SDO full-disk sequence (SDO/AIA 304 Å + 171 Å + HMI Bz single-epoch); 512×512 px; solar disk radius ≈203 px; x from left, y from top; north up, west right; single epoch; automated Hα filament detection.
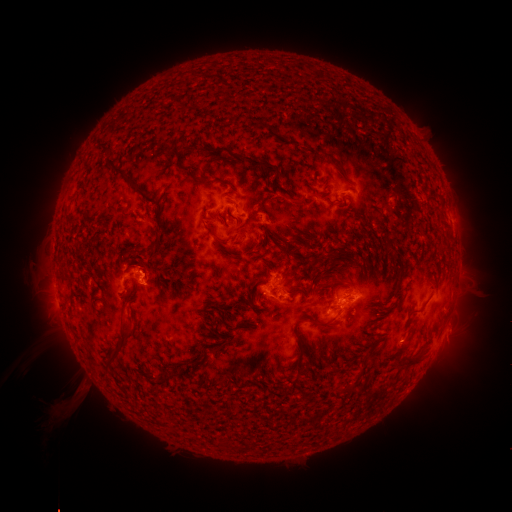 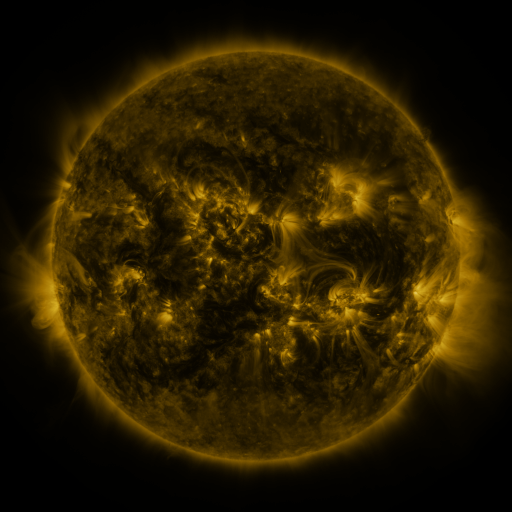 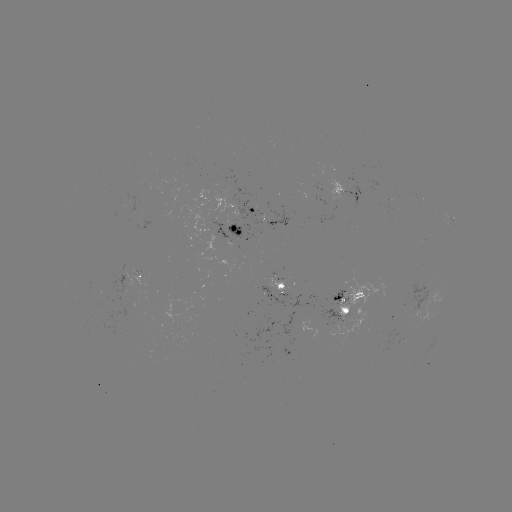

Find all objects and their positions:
filament: <bbox>95, 136, 111, 153</bbox>
filament: <bbox>190, 141, 200, 149</bbox>
filament: <bbox>215, 147, 227, 154</bbox>
filament: <bbox>236, 154, 279, 176</bbox>
filament: <bbox>106, 157, 142, 191</bbox>
filament: <bbox>176, 166, 189, 173</bbox>
filament: <bbox>296, 196, 306, 206</bbox>
filament: <bbox>210, 213, 222, 222</bbox>
filament: <bbox>202, 222, 213, 236</bbox>
filament: <bbox>153, 236, 161, 245</bbox>
filament: <bbox>215, 237, 243, 247</bbox>
filament: <bbox>133, 245, 144, 256</bbox>
filament: <bbox>396, 268, 406, 285</bbox>
filament: <bbox>276, 283, 285, 290</bbox>
filament: <bbox>293, 317, 304, 326</bbox>
filament: <bbox>312, 320, 331, 331</bbox>
filament: <bbox>105, 327, 134, 365</bbox>
filament: <bbox>296, 333, 306, 348</bbox>
filament: <bbox>207, 345, 221, 355</bbox>
filament: <bbox>392, 348, 422, 369</bbox>
filament: <bbox>155, 374, 170, 383</bbox>
